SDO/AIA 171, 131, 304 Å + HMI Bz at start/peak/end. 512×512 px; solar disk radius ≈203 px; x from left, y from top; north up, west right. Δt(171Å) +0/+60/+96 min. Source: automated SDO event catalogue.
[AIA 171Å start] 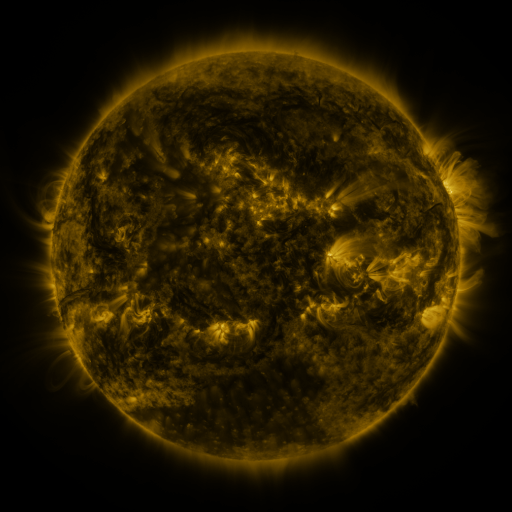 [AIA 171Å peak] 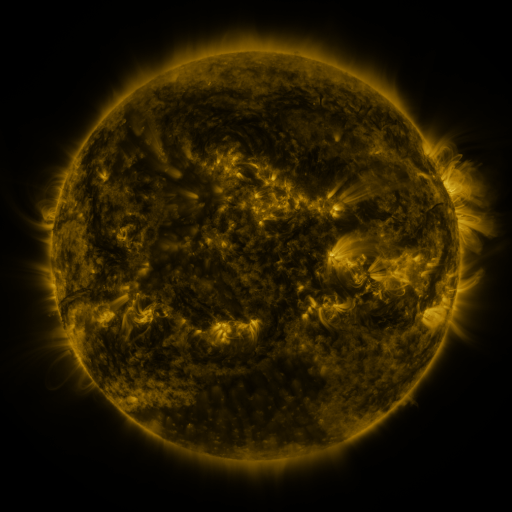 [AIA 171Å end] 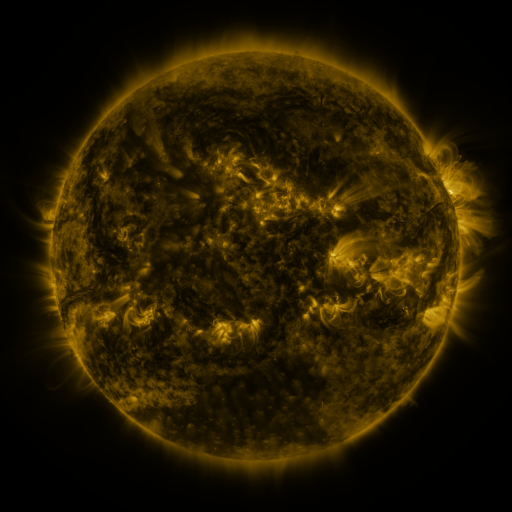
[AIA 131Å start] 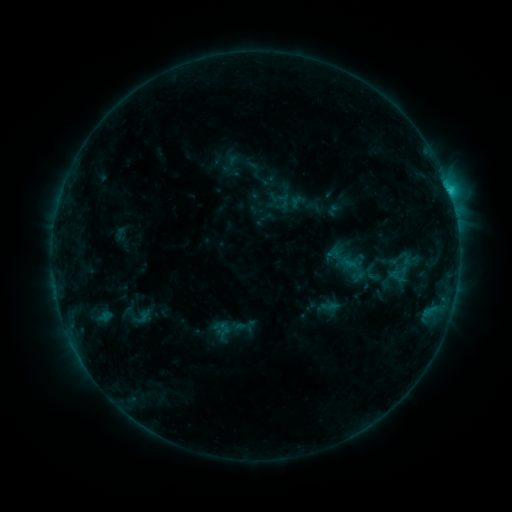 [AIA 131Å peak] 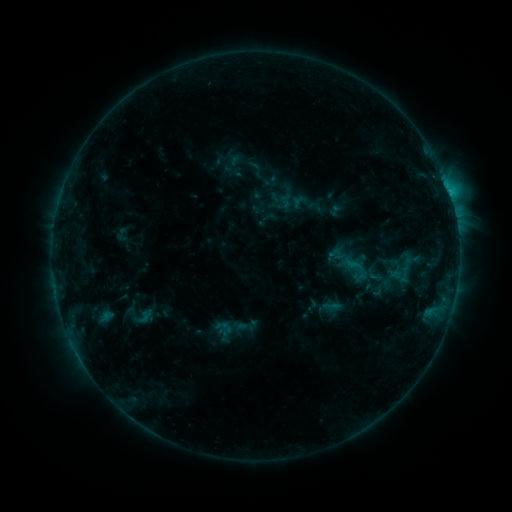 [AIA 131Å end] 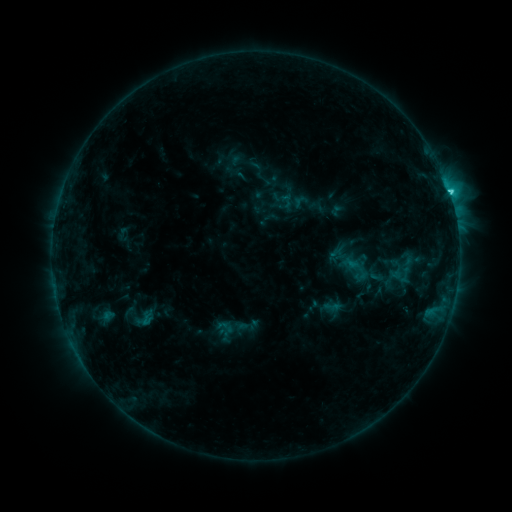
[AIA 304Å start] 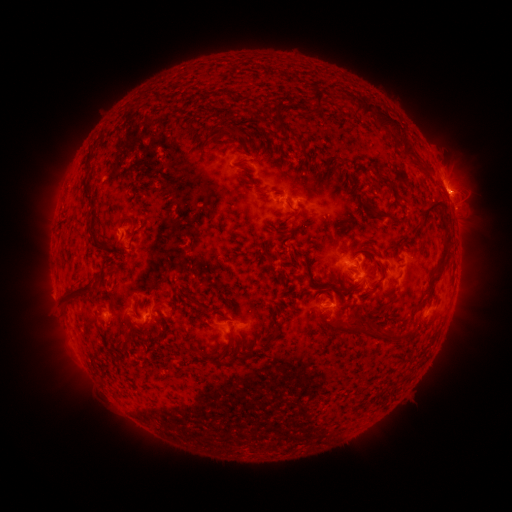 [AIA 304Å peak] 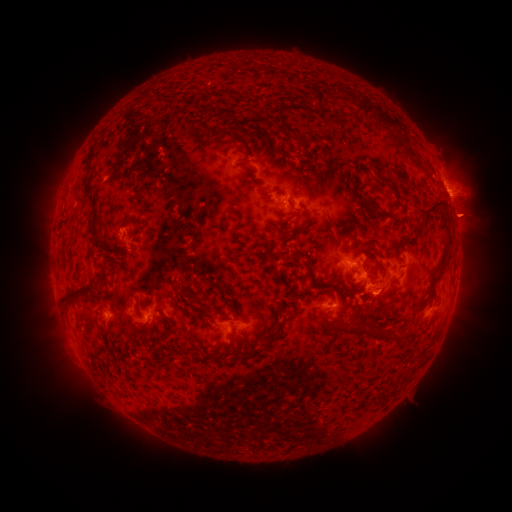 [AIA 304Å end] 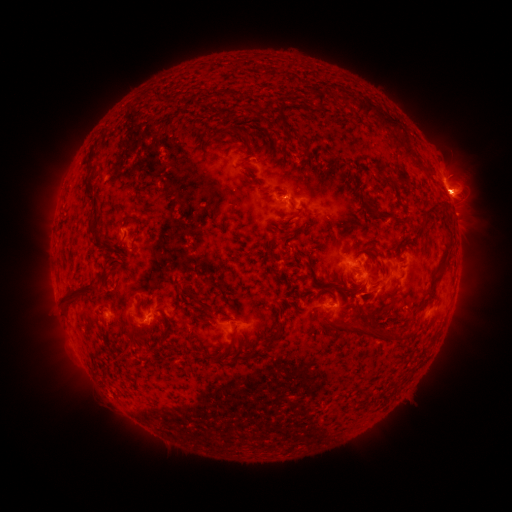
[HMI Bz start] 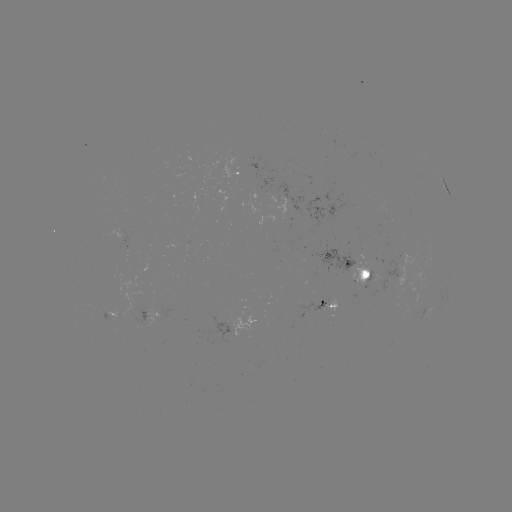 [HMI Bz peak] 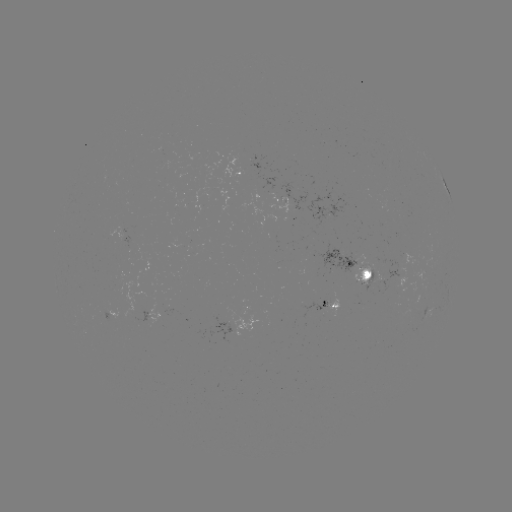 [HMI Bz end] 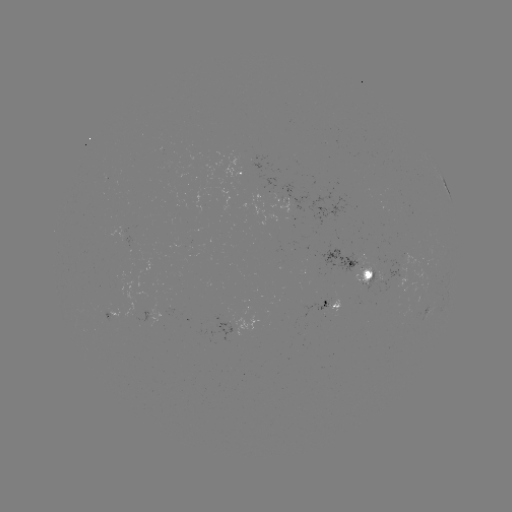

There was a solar emerging-flux region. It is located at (407, 273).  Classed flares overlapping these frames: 2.